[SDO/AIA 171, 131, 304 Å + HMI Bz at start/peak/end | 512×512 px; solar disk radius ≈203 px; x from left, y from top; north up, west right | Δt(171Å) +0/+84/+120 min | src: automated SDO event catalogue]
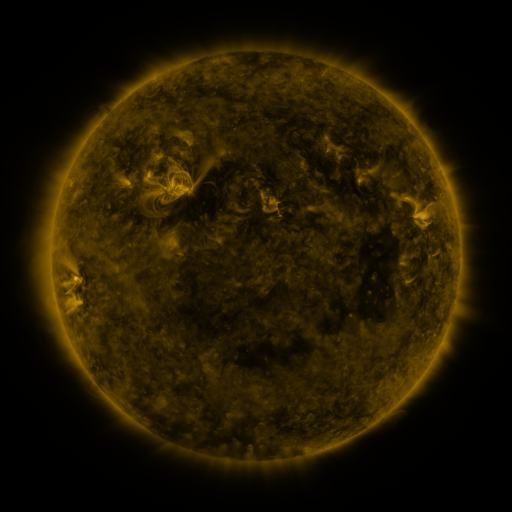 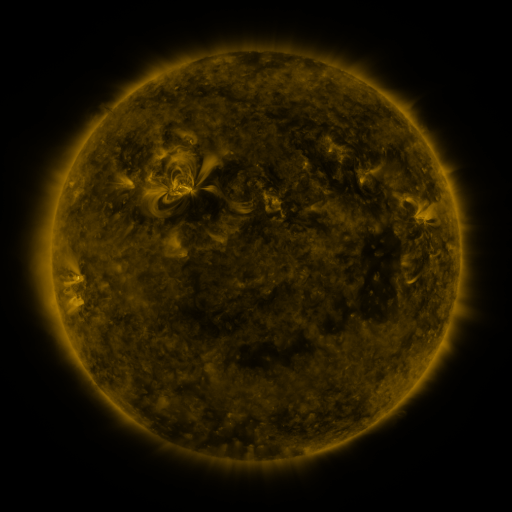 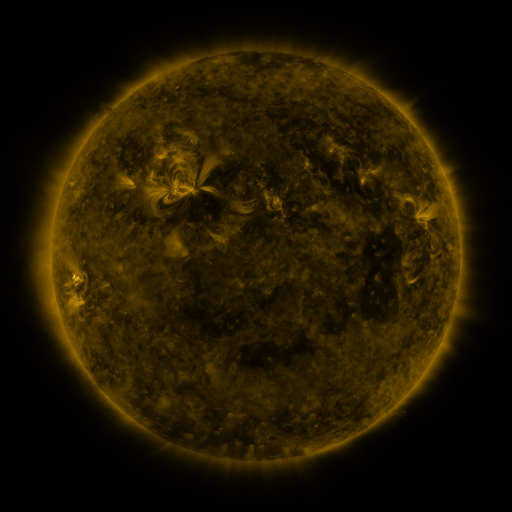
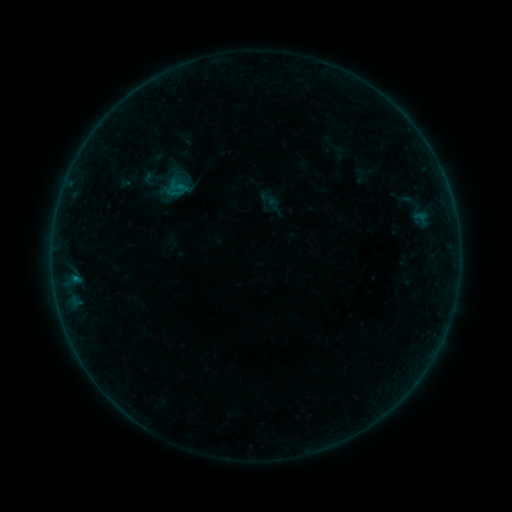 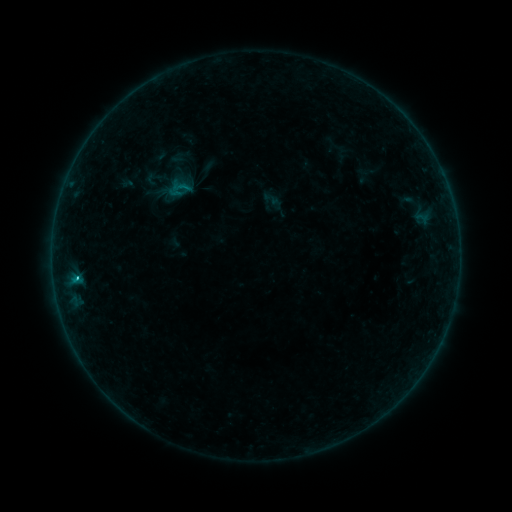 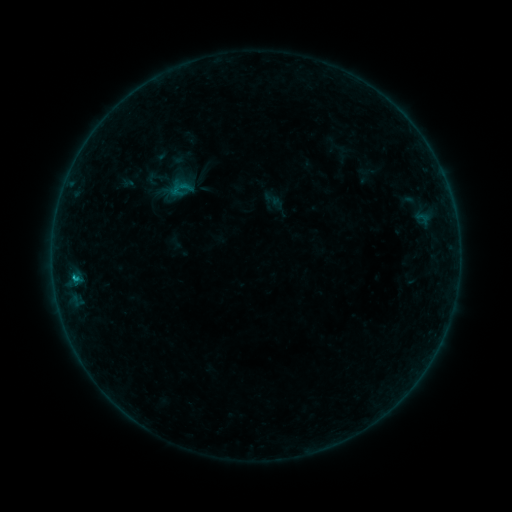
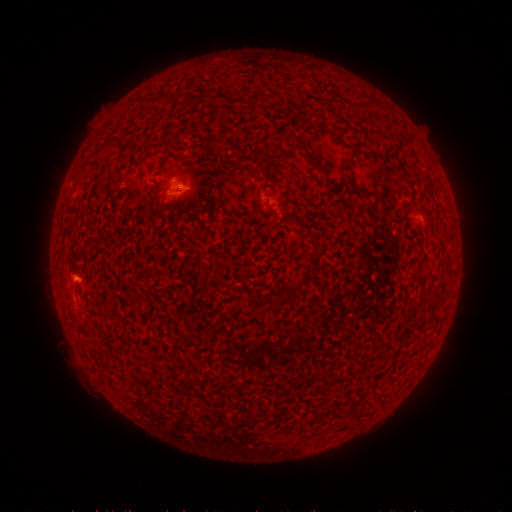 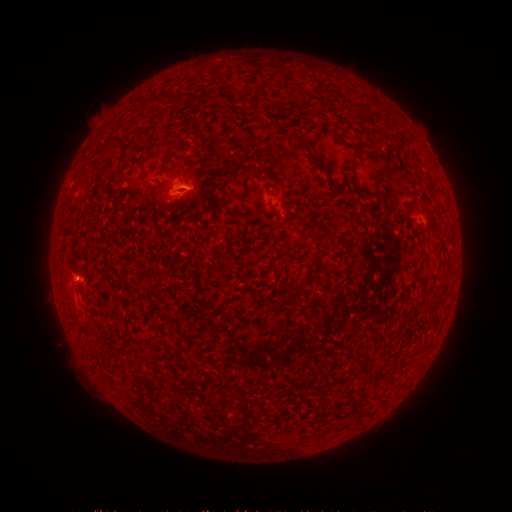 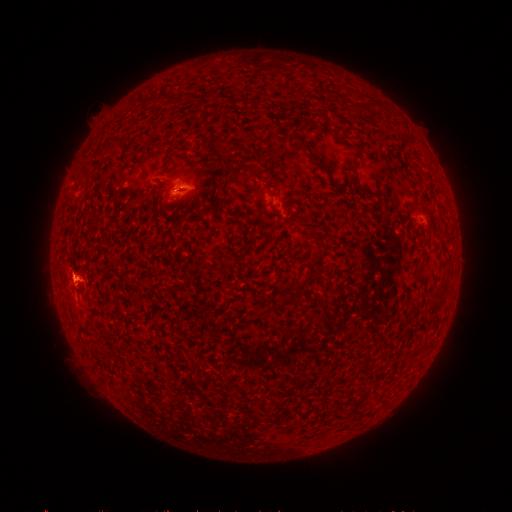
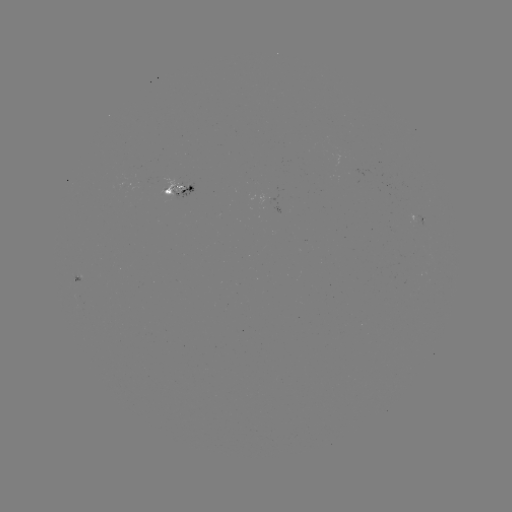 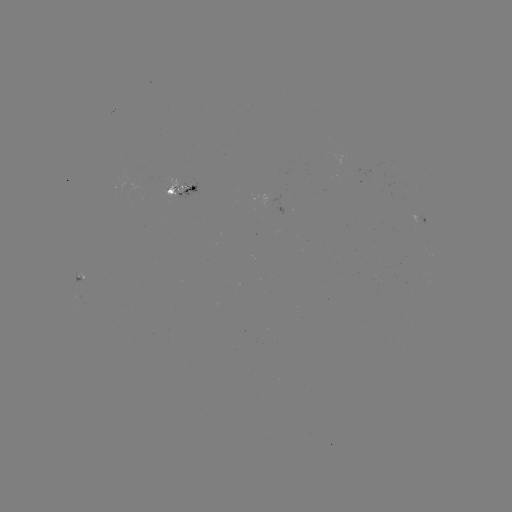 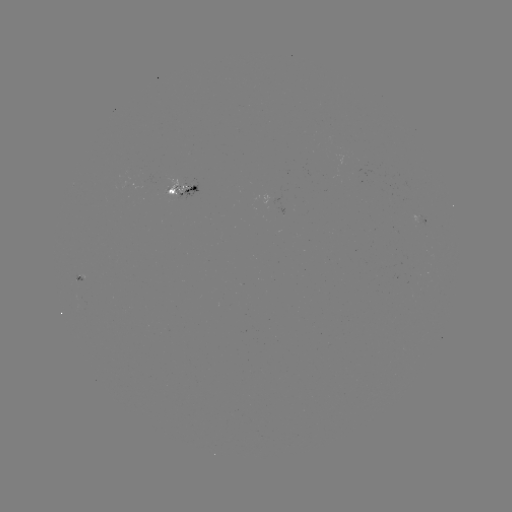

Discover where emerging-flux region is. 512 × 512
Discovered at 182,185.